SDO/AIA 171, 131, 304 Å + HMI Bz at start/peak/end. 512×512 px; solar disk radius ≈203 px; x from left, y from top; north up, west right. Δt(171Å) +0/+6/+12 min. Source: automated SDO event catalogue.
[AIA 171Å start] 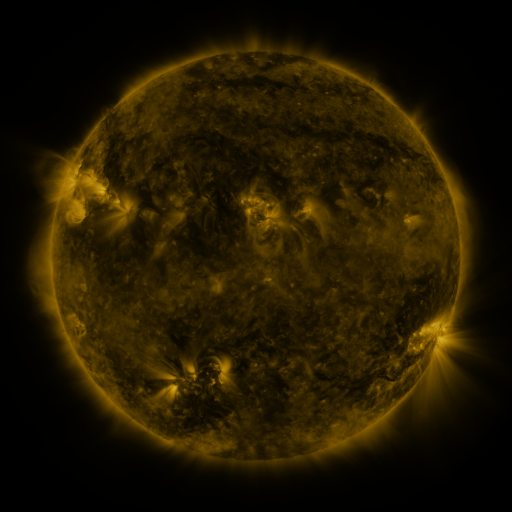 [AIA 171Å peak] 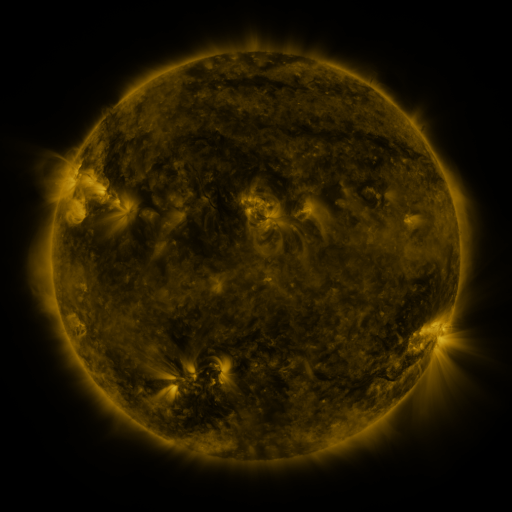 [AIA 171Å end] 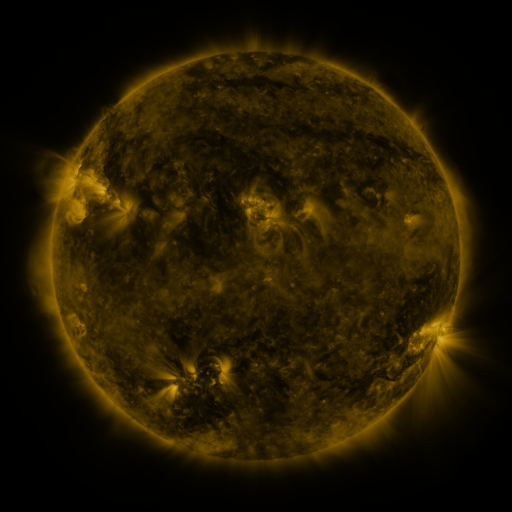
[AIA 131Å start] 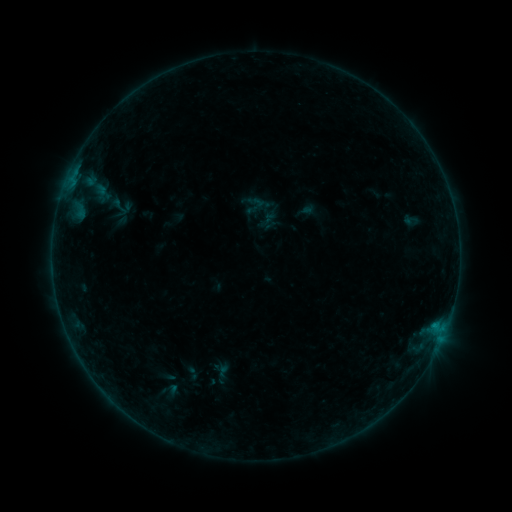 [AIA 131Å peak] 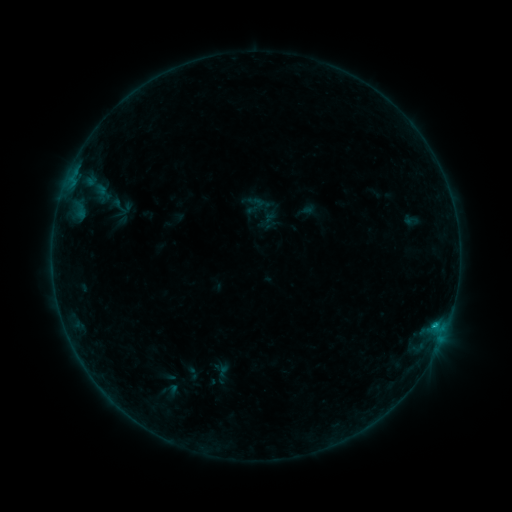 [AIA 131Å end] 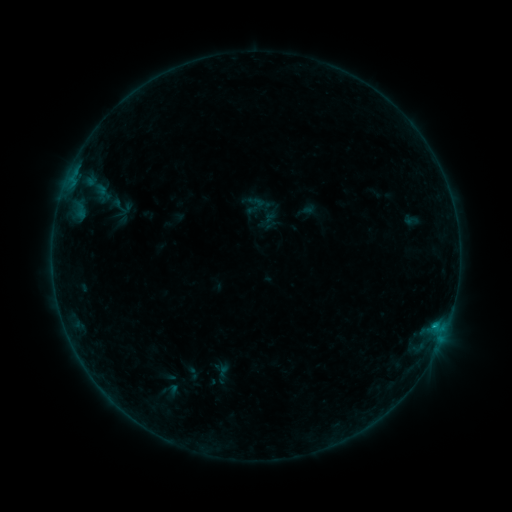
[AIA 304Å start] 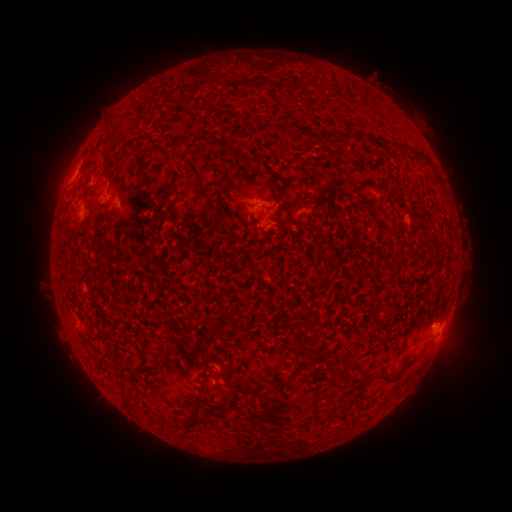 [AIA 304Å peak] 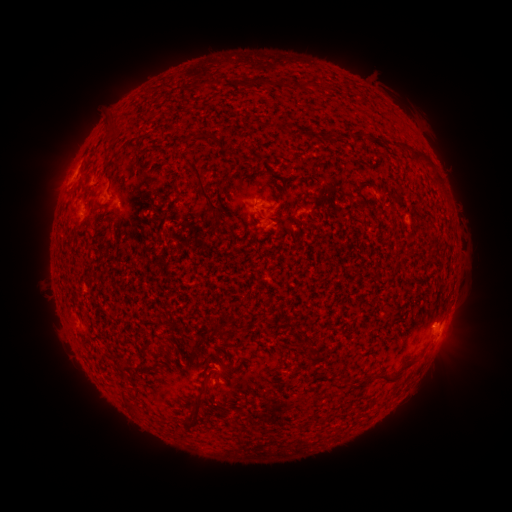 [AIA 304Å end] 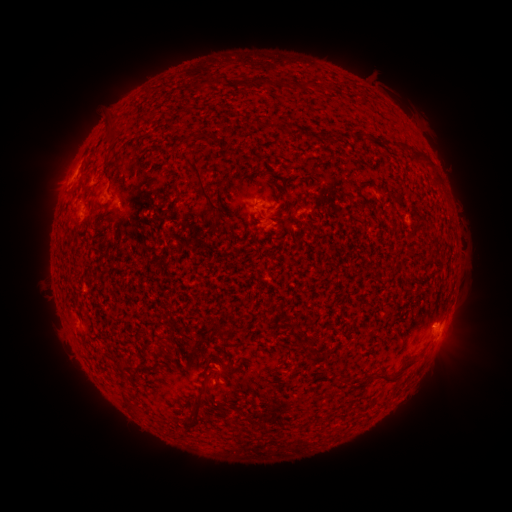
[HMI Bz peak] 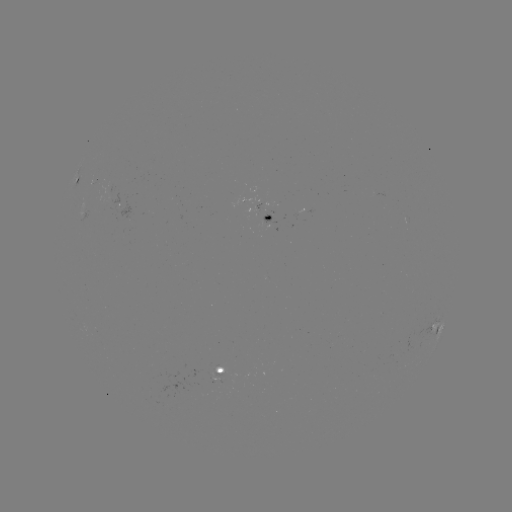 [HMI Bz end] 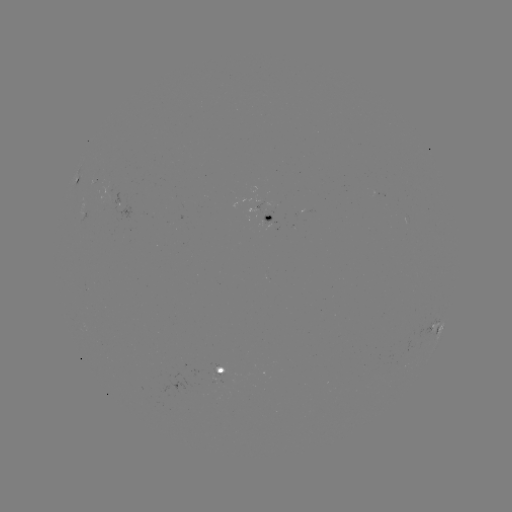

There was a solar flare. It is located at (435, 322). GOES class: B3.3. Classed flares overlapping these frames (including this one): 1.